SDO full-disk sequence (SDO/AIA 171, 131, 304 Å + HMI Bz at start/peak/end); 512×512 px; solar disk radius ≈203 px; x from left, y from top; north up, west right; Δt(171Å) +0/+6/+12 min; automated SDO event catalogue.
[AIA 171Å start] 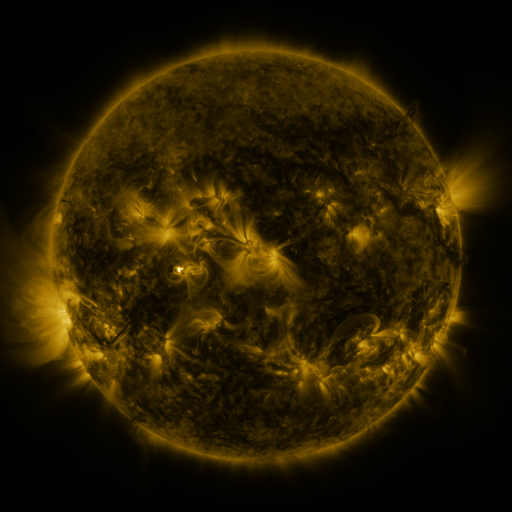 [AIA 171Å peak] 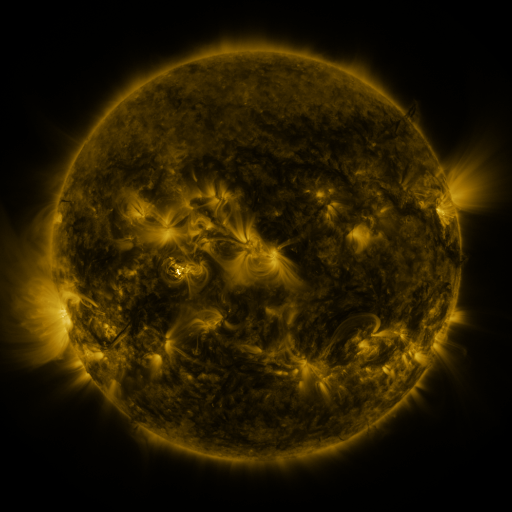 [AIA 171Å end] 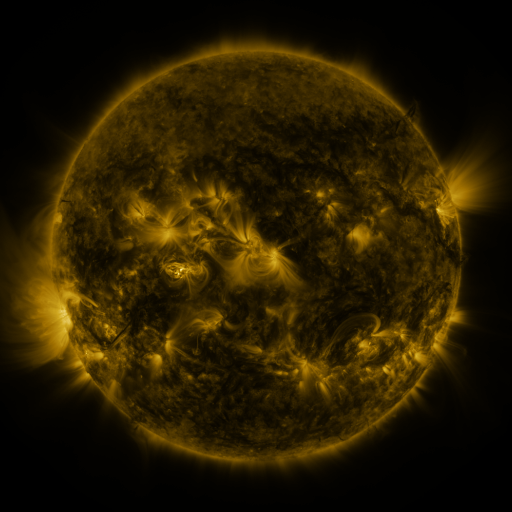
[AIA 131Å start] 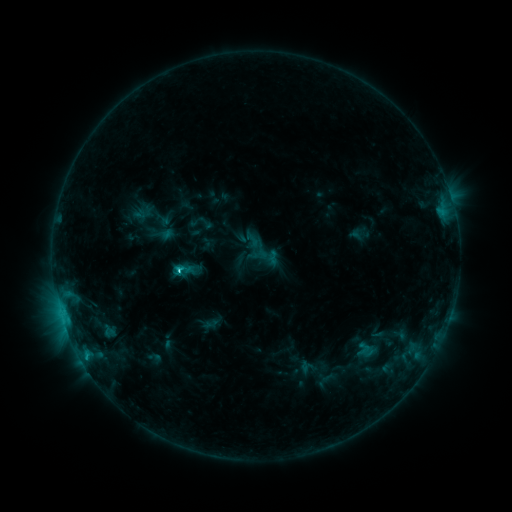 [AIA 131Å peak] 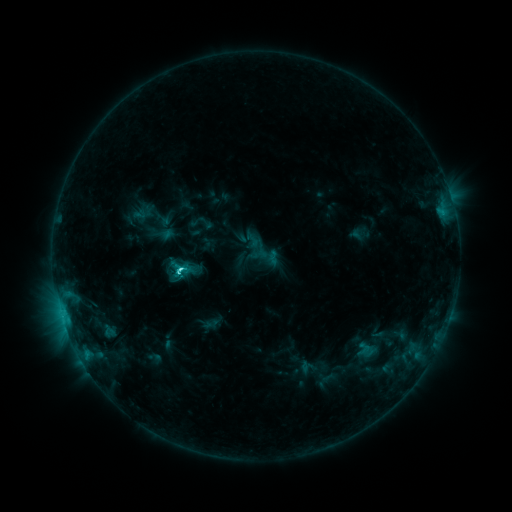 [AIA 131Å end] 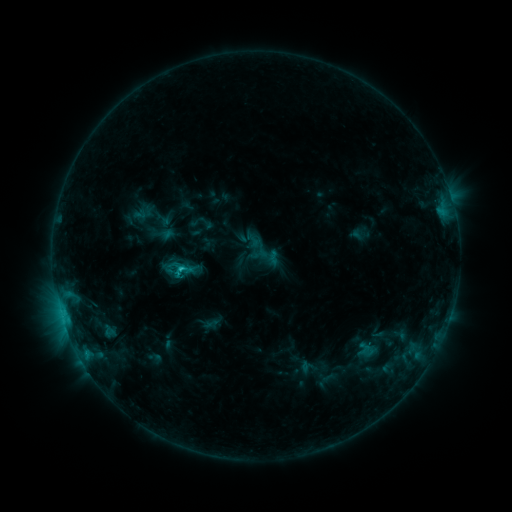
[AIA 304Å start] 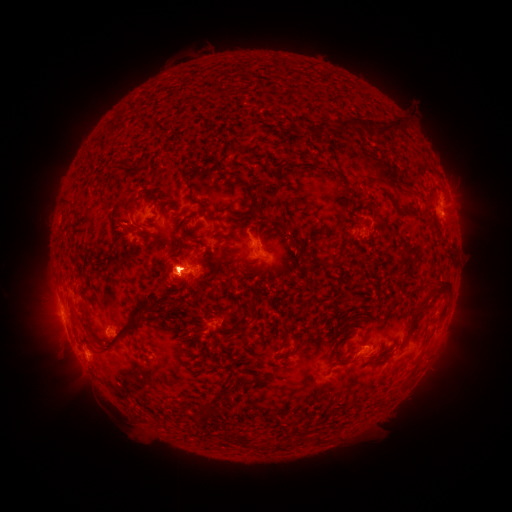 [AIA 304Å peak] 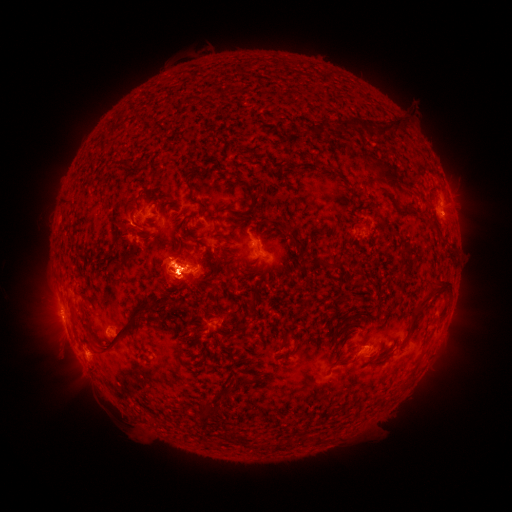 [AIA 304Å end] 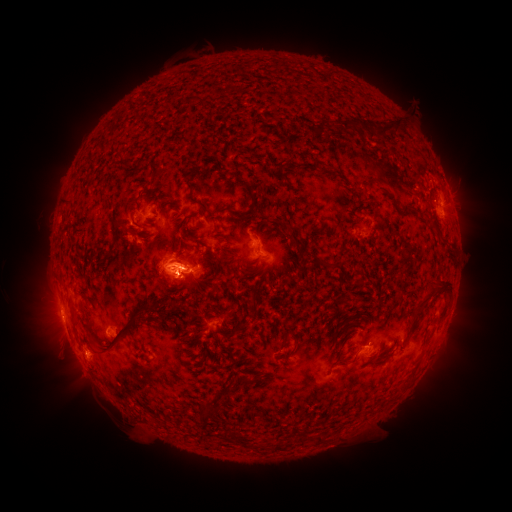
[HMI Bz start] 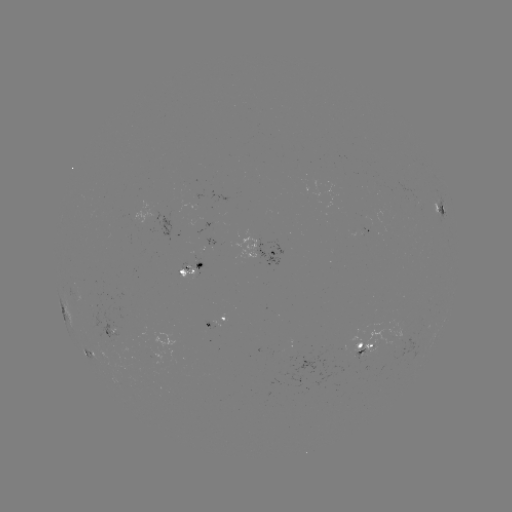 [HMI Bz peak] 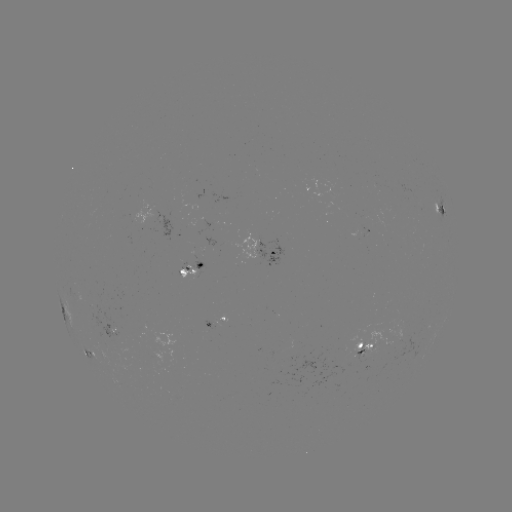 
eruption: (404, 283, 473, 405)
